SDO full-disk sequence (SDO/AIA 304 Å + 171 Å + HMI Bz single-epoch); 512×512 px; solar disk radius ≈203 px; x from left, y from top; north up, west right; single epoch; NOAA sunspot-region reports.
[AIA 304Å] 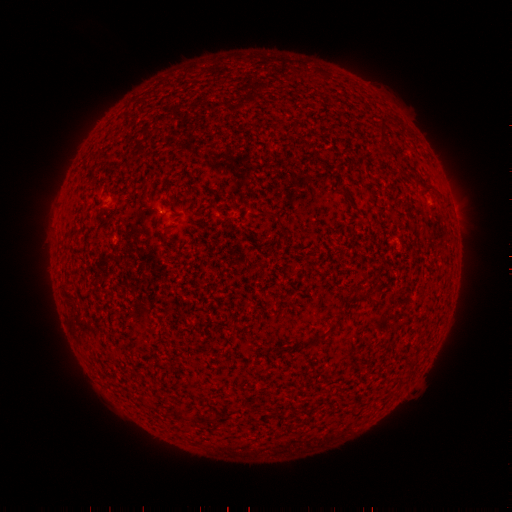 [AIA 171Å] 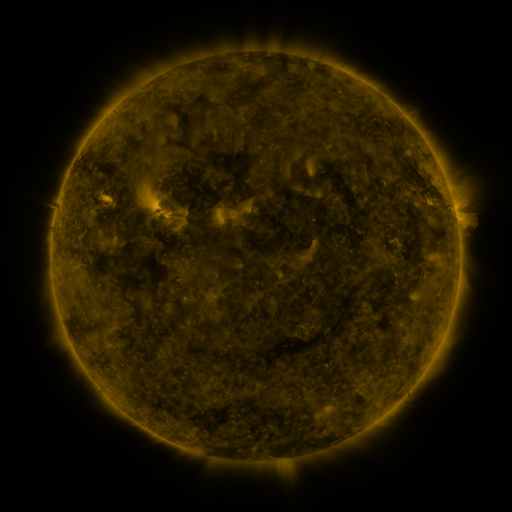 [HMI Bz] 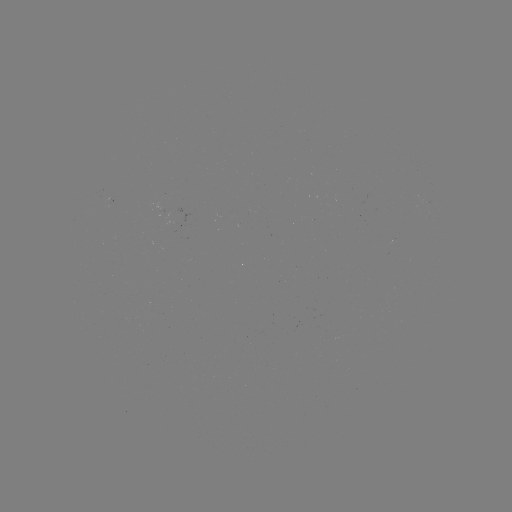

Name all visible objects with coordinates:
(none)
